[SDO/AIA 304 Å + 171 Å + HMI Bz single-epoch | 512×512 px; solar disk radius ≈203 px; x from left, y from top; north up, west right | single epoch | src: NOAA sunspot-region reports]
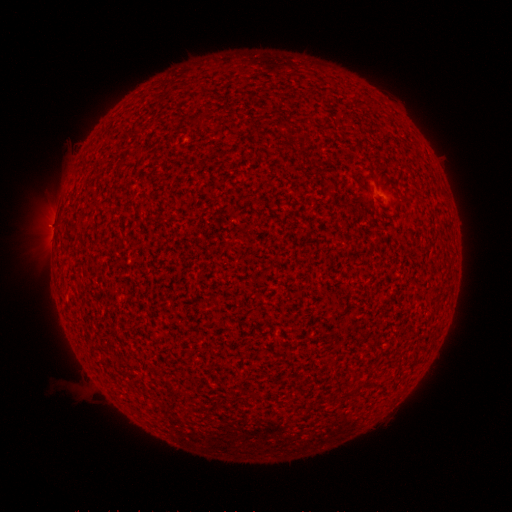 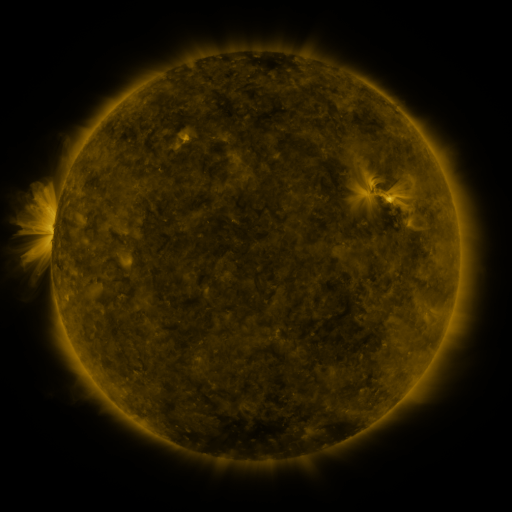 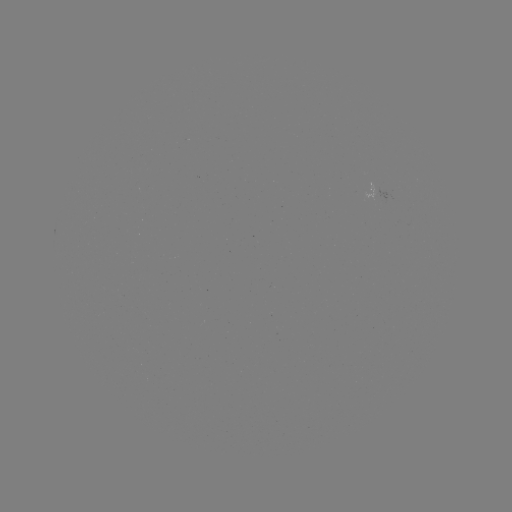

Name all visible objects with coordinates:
(none)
